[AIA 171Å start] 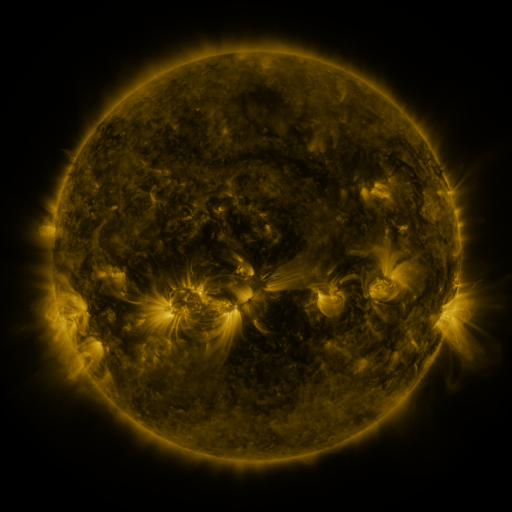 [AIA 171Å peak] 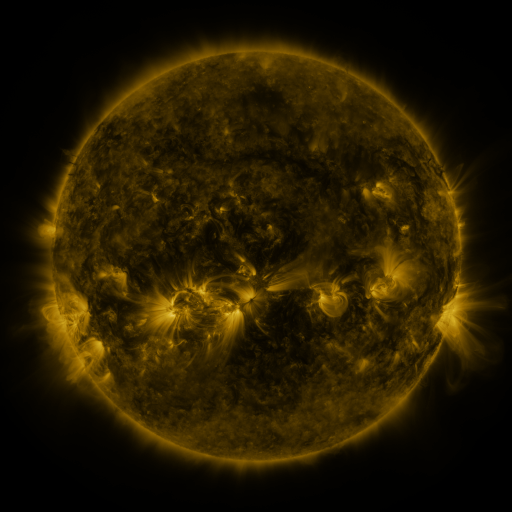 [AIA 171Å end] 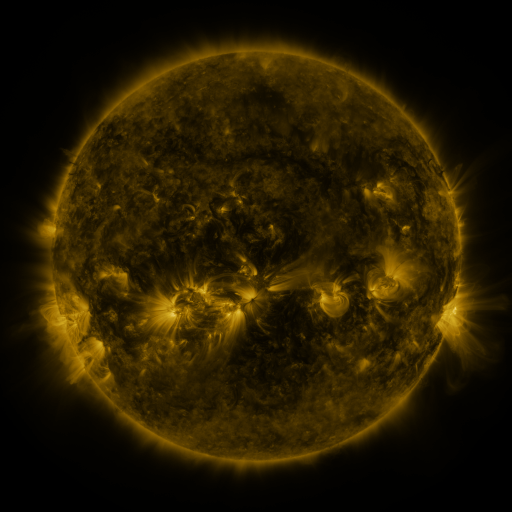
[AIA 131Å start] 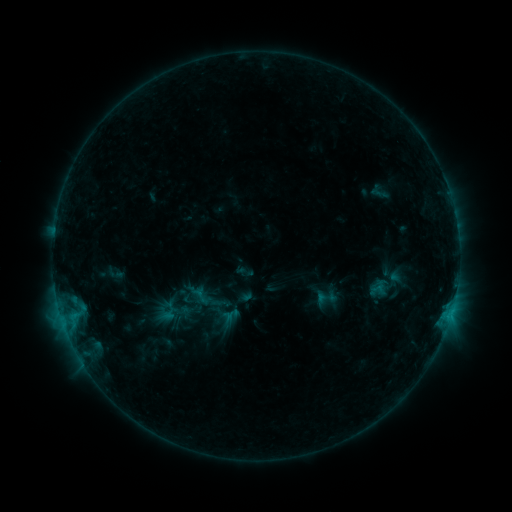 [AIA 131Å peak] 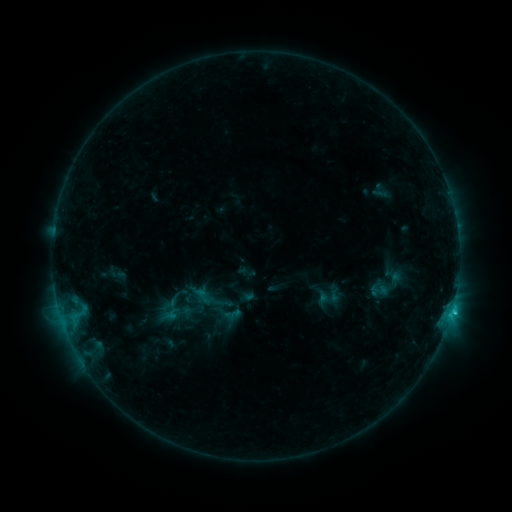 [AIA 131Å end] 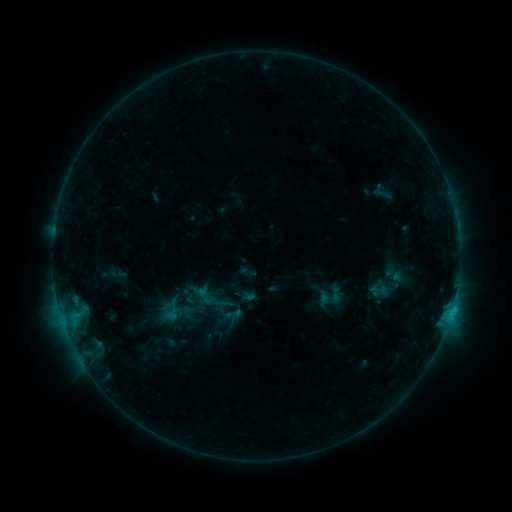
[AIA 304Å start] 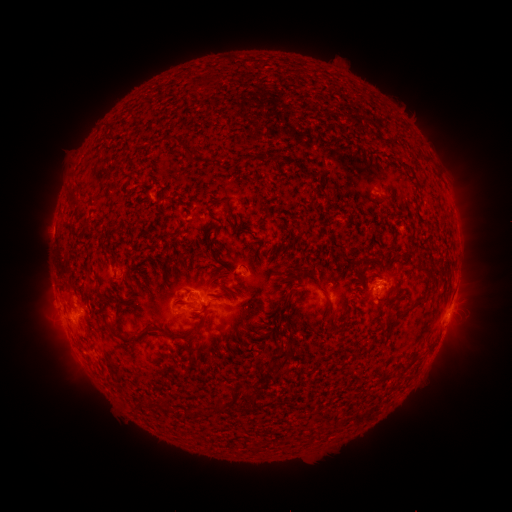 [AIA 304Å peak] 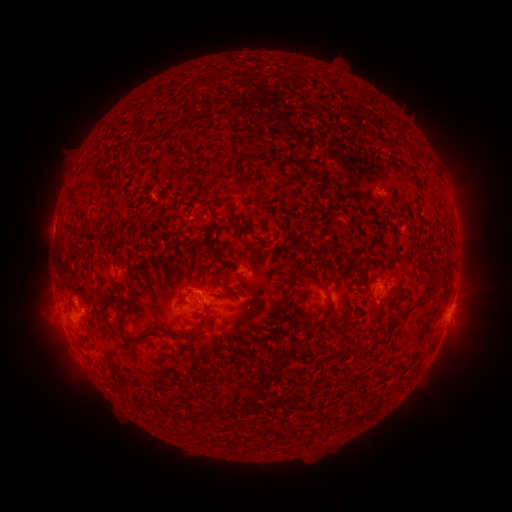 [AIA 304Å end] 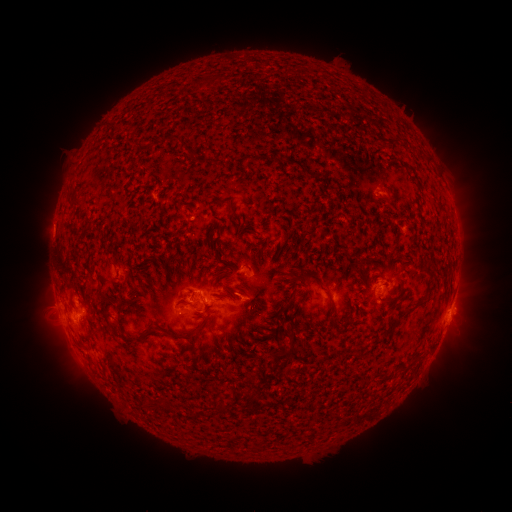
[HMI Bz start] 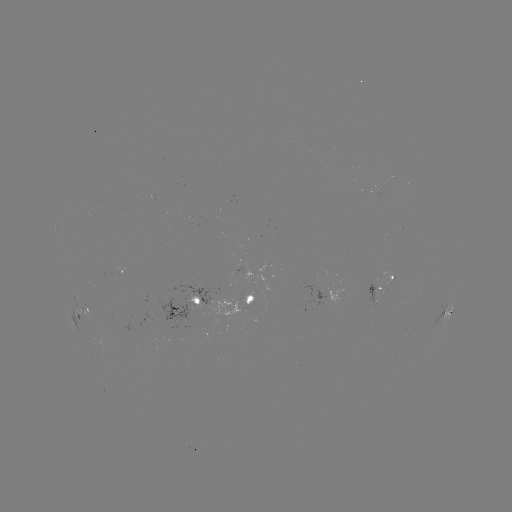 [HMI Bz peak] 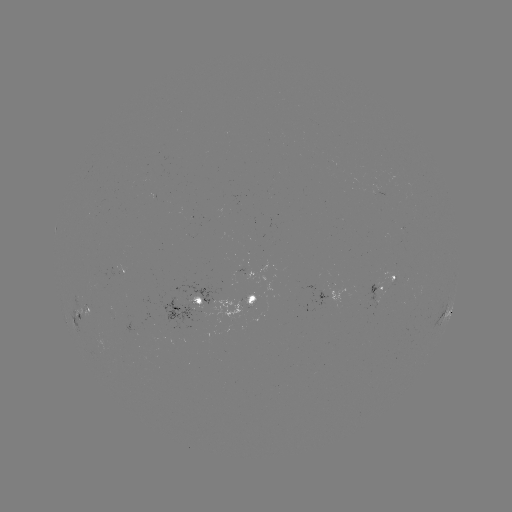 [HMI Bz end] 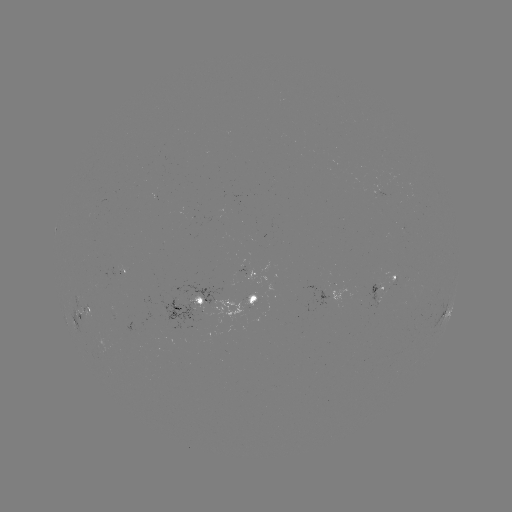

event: emerging-flux region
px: (235, 305)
